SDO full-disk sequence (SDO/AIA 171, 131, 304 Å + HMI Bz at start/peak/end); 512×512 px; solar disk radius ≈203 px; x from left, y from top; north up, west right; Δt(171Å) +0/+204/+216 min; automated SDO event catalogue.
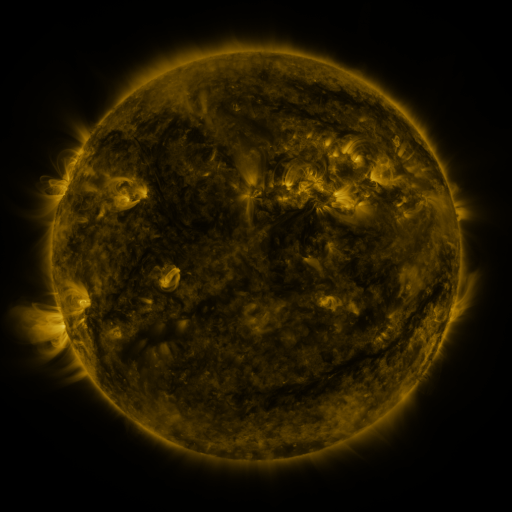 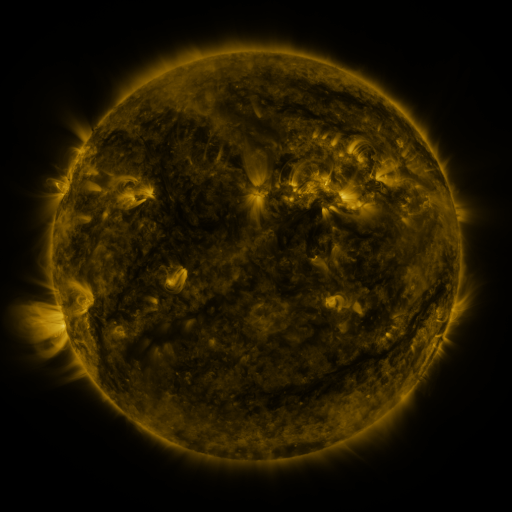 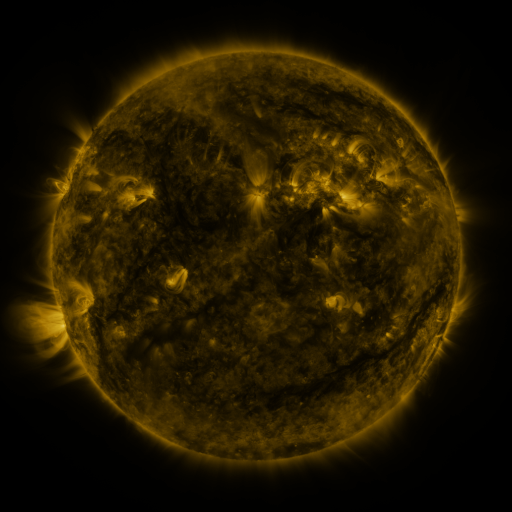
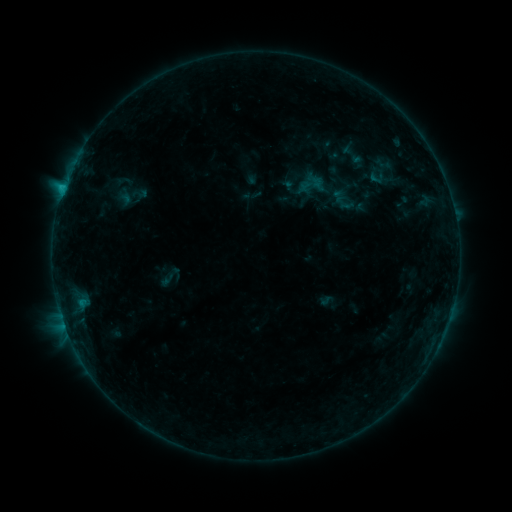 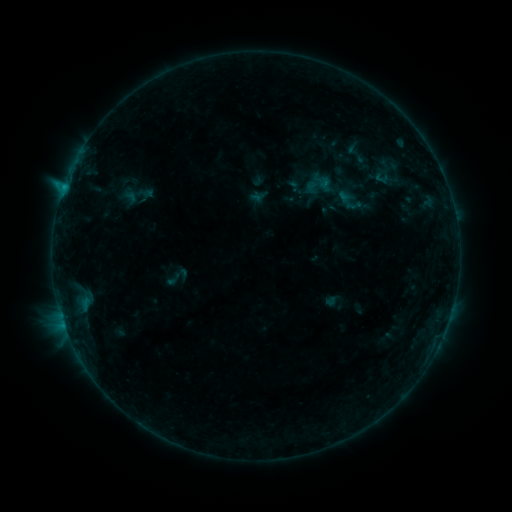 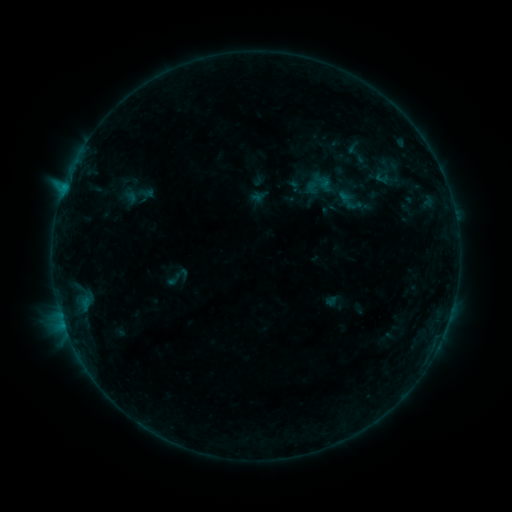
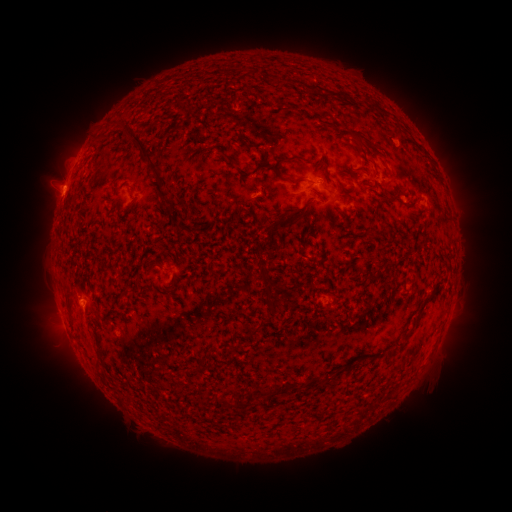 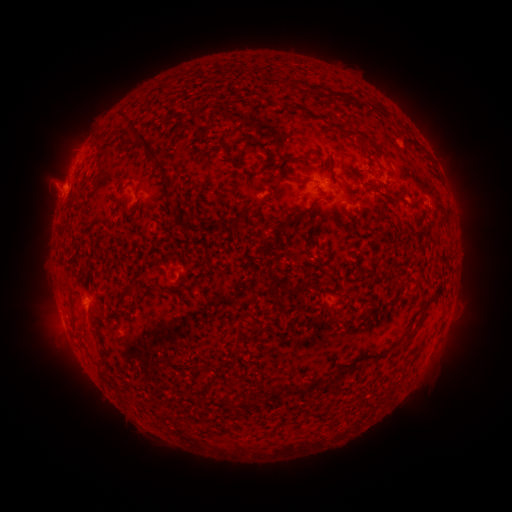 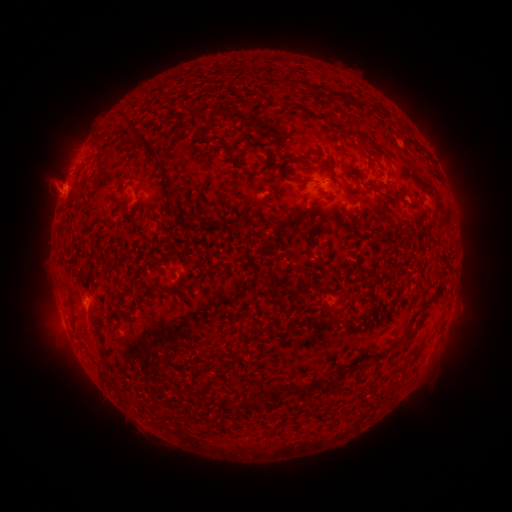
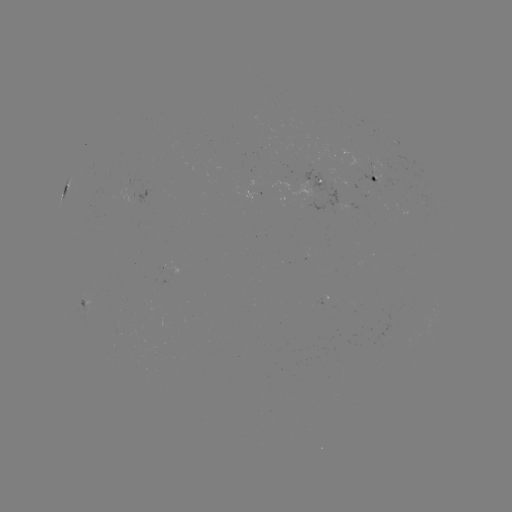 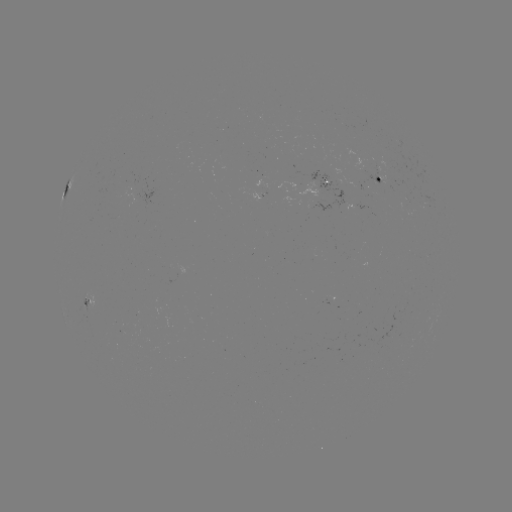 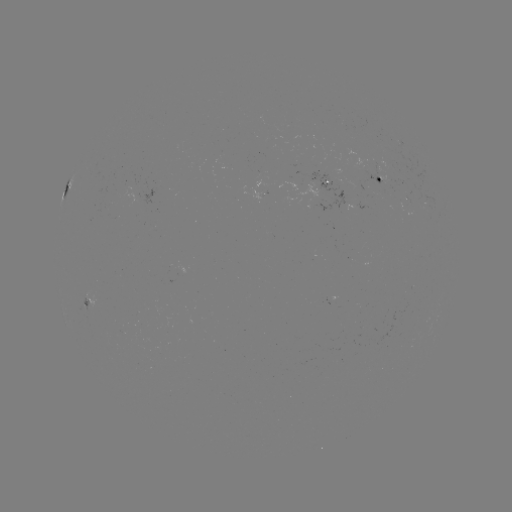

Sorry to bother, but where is emerging-flux region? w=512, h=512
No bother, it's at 336,184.